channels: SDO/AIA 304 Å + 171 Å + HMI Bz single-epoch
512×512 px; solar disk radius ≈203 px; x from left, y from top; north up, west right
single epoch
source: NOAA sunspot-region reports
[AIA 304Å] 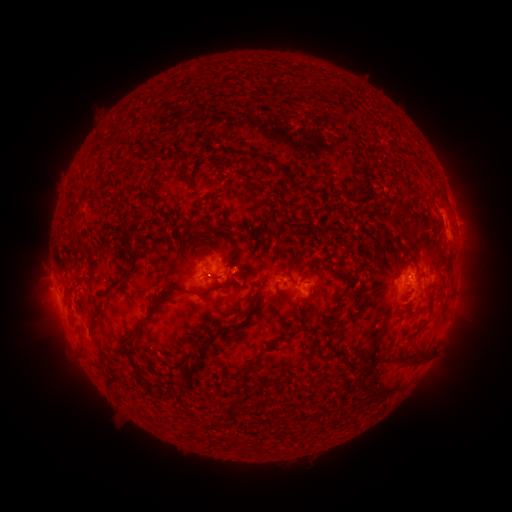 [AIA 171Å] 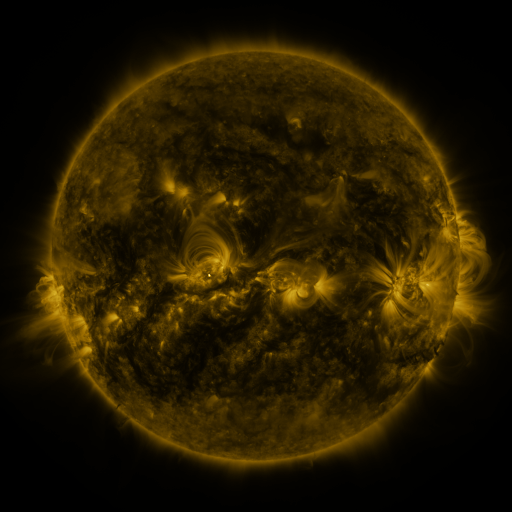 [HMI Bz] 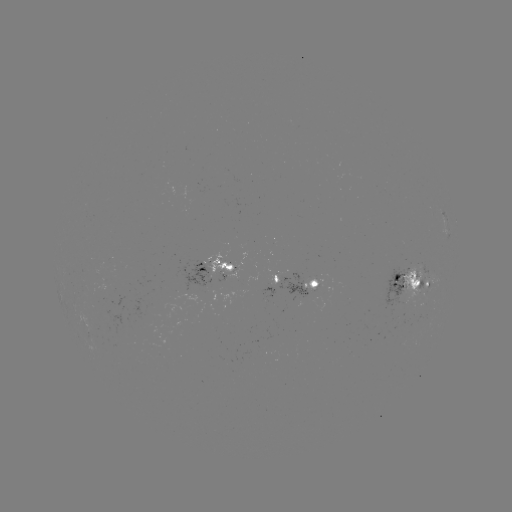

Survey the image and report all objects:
spotted active region: (448, 227)
spotted active region: (214, 267)
spotted active region: (276, 281)
spotted active region: (413, 283)
spotted active region: (313, 285)
